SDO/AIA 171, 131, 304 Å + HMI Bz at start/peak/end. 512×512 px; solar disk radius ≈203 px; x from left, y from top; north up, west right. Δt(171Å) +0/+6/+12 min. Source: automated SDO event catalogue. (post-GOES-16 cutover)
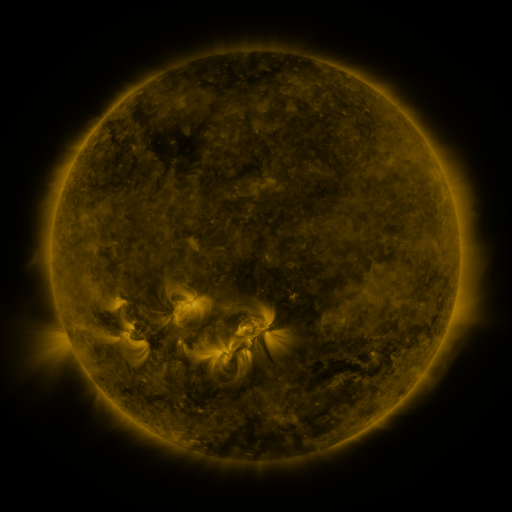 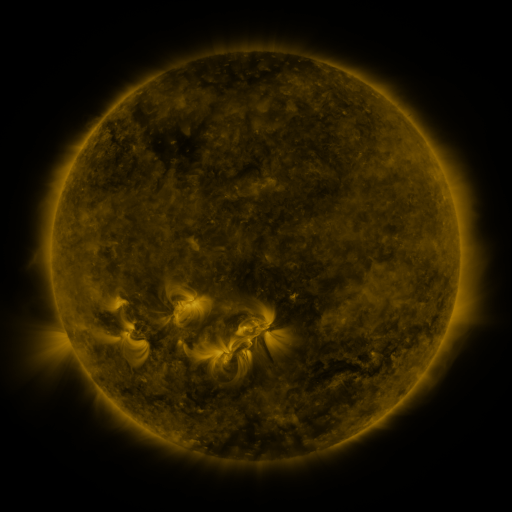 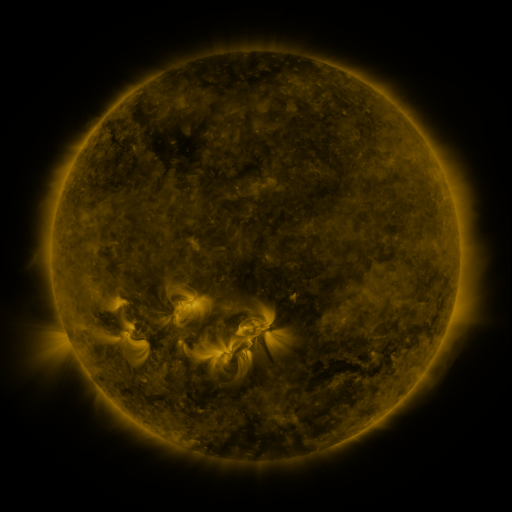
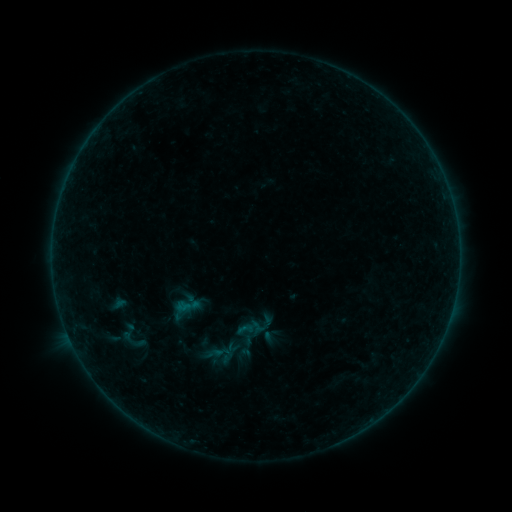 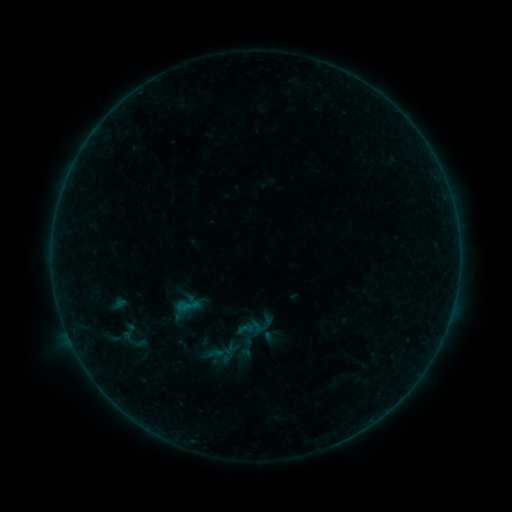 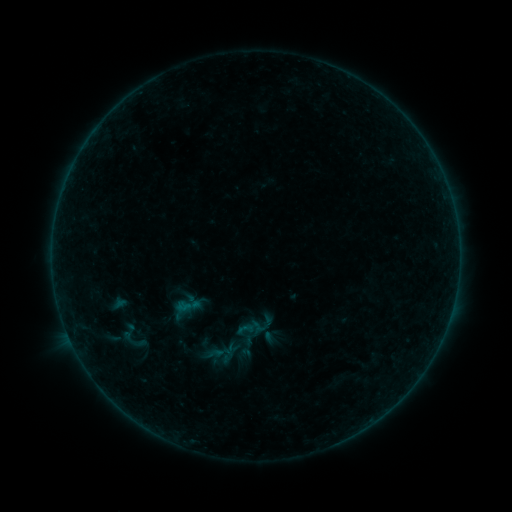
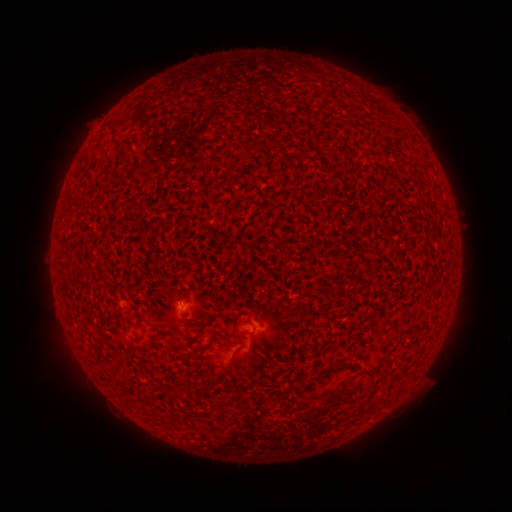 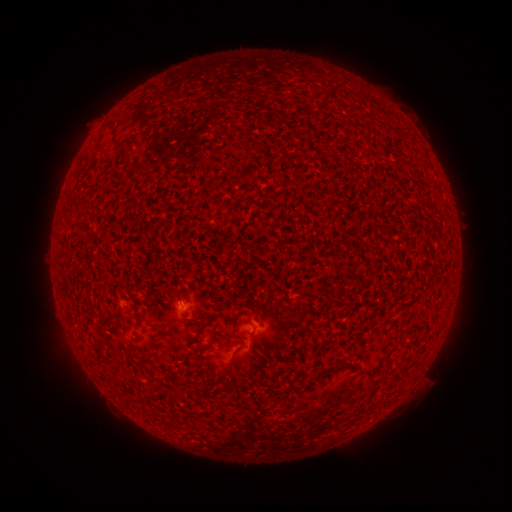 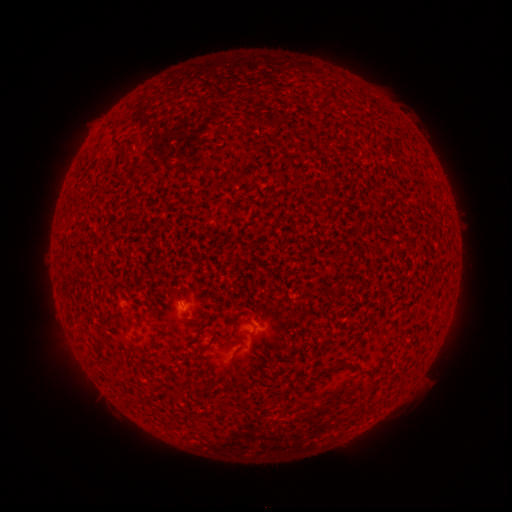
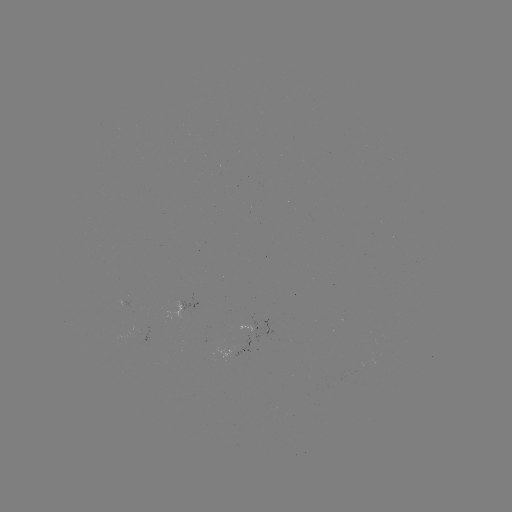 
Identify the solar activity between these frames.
no classed flare was catalogued and no EUV brightening was flagged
